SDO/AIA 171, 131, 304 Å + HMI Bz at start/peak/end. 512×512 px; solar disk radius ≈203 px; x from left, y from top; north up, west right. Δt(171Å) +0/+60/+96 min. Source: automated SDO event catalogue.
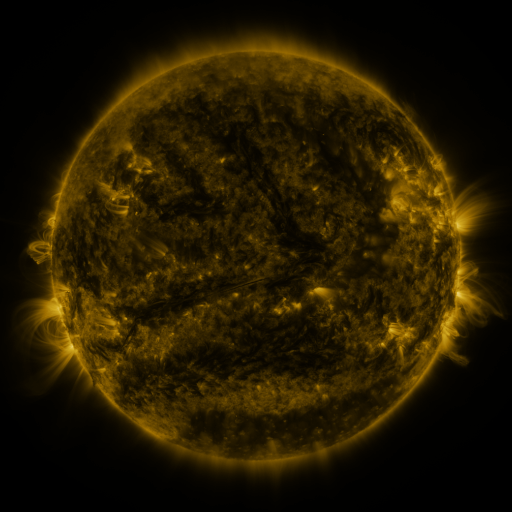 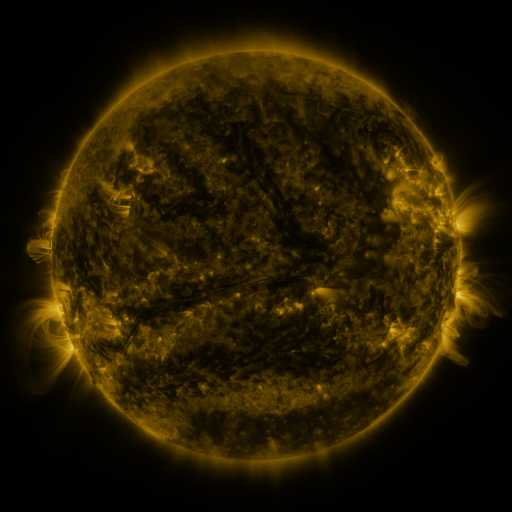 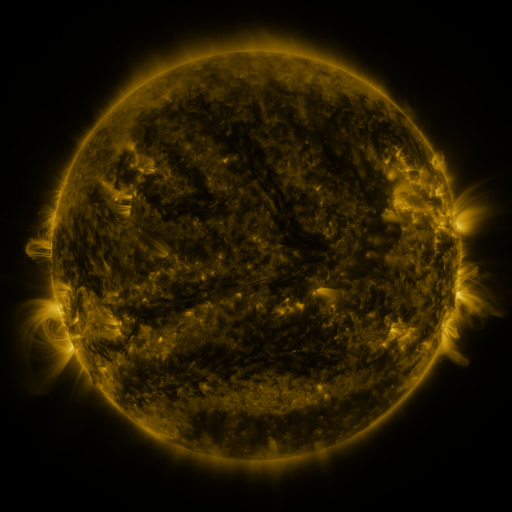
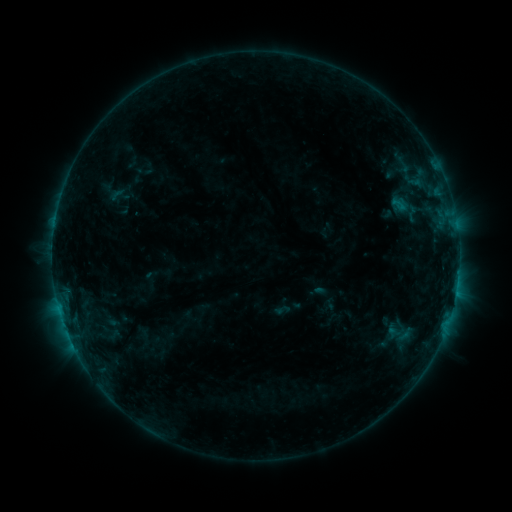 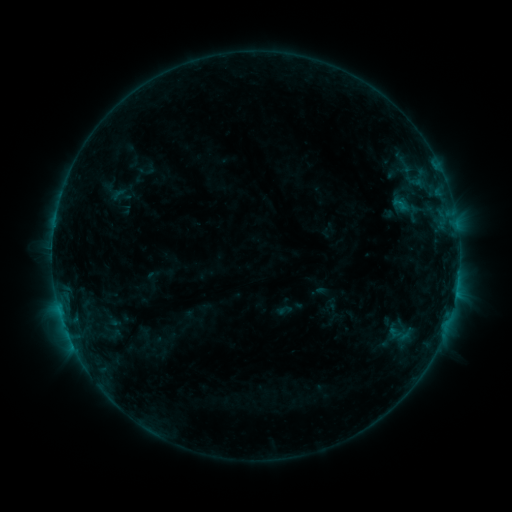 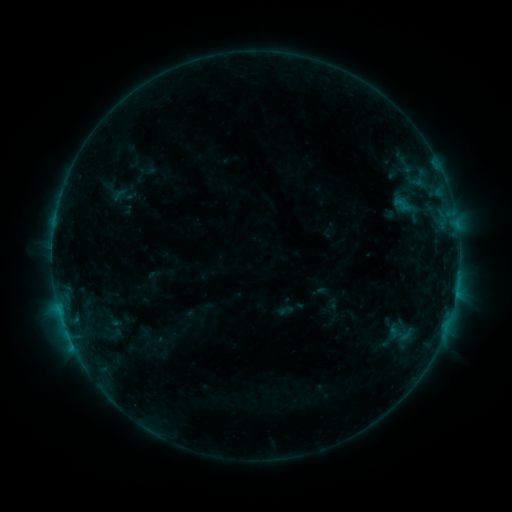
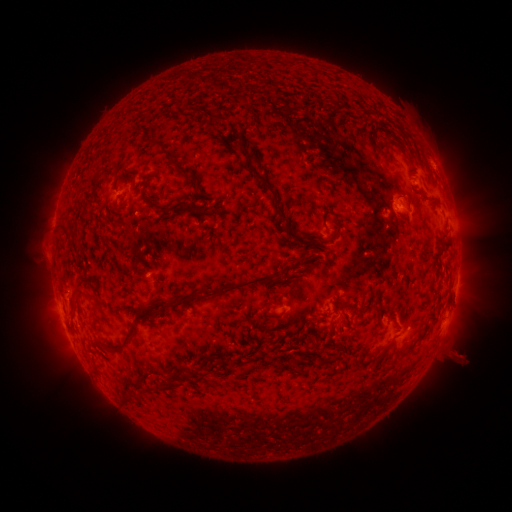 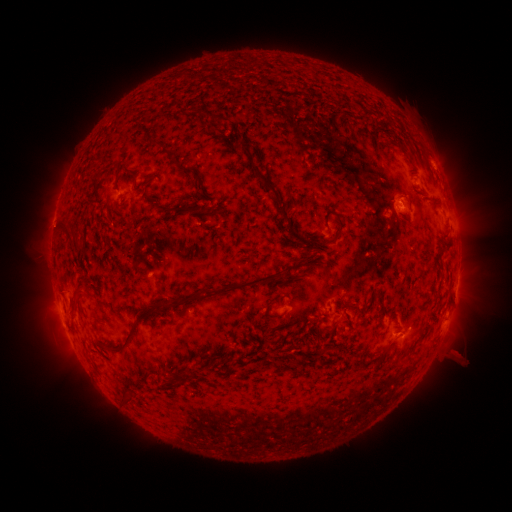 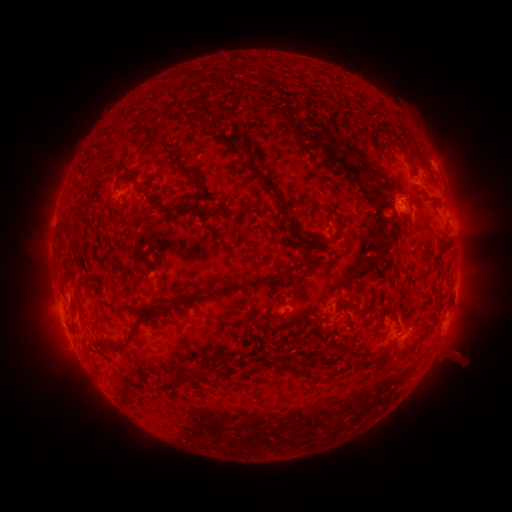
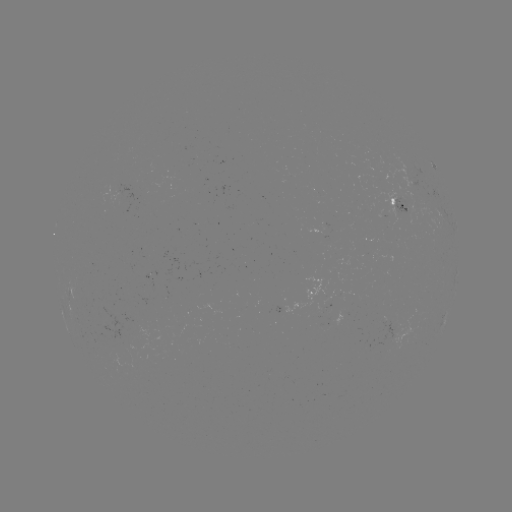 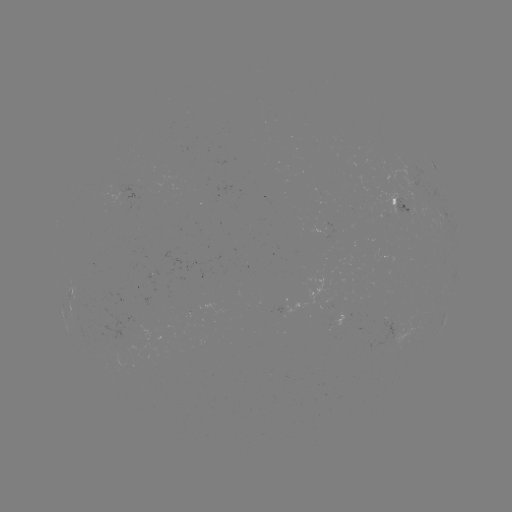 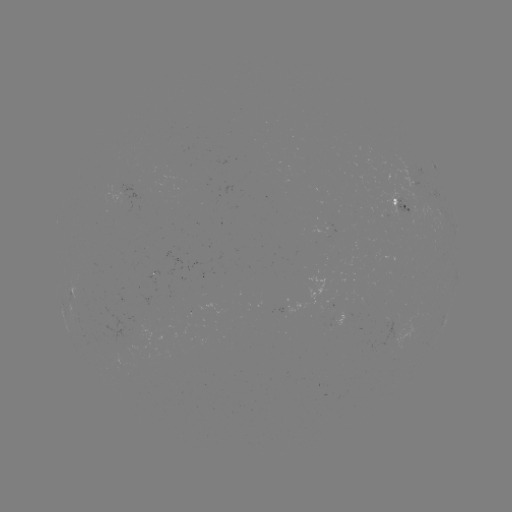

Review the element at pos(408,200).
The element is emerging-flux region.